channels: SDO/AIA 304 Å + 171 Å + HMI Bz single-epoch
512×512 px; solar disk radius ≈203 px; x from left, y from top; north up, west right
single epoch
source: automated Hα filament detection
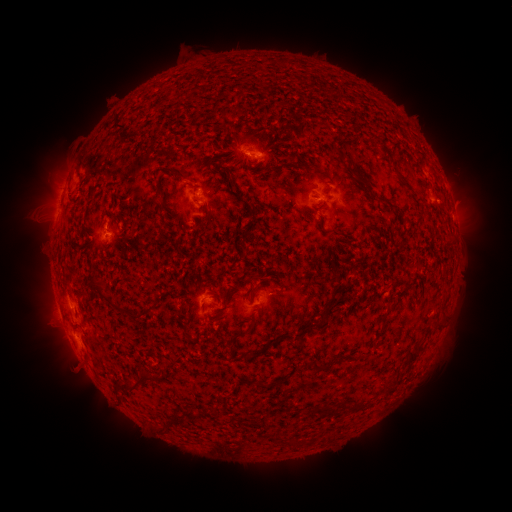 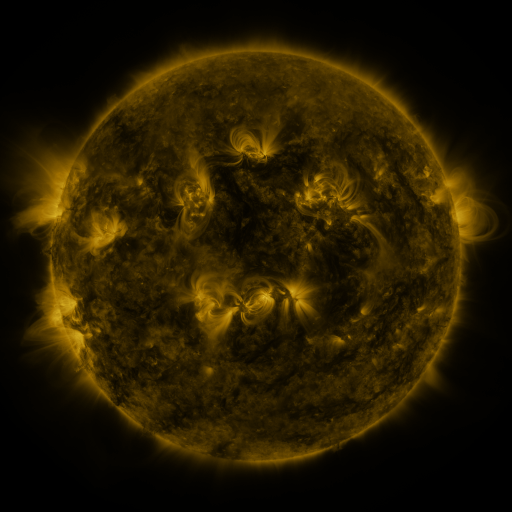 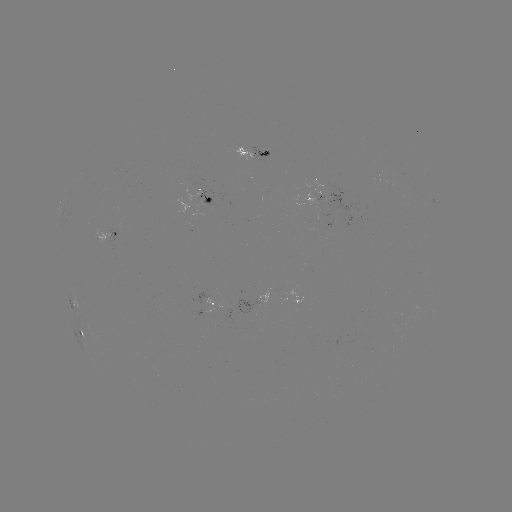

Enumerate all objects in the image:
filament: (117, 123)
filament: (176, 173)
filament: (407, 184)
filament: (98, 285)
filament: (137, 315)
filament: (244, 333)
filament: (414, 354)
filament: (250, 355)
filament: (316, 367)
filament: (135, 383)
filament: (272, 384)
filament: (388, 392)
filament: (342, 406)
filament: (359, 406)
filament: (320, 412)
filament: (296, 443)
